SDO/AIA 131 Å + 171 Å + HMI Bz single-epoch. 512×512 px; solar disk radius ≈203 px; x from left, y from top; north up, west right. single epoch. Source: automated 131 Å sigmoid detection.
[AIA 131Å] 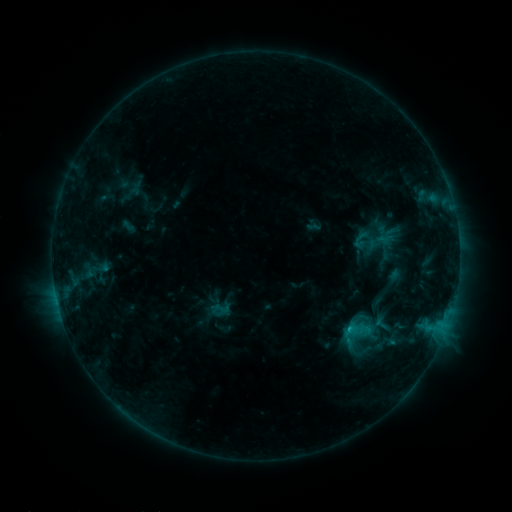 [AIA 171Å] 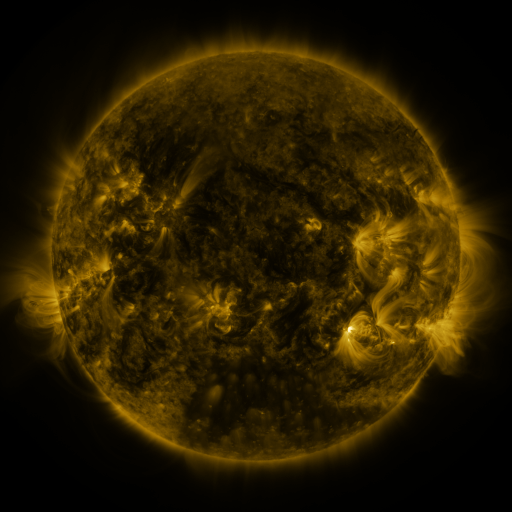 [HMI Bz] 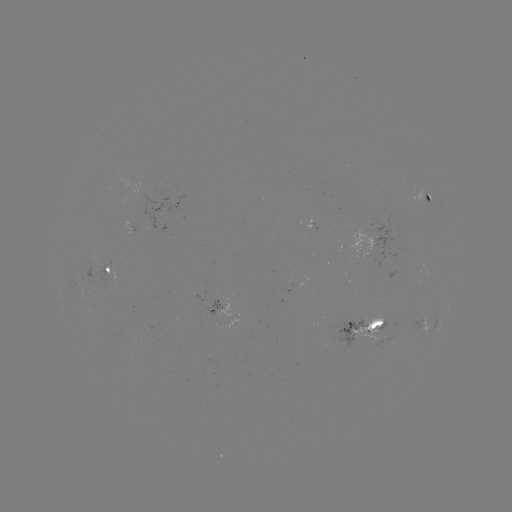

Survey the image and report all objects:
sigmoid: <bbox>345, 319, 367, 342</bbox>
